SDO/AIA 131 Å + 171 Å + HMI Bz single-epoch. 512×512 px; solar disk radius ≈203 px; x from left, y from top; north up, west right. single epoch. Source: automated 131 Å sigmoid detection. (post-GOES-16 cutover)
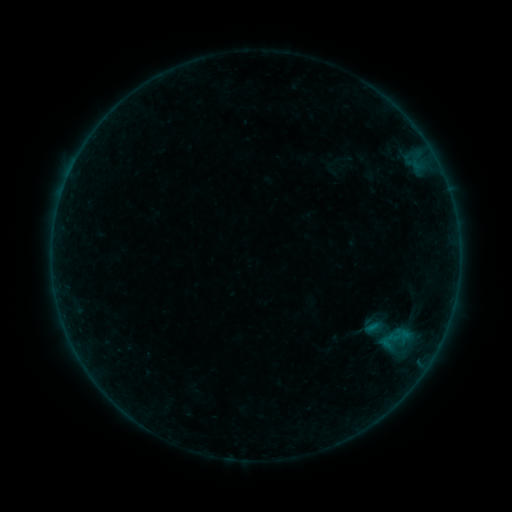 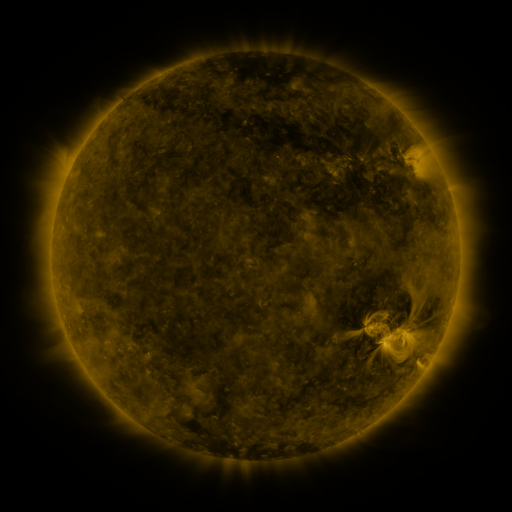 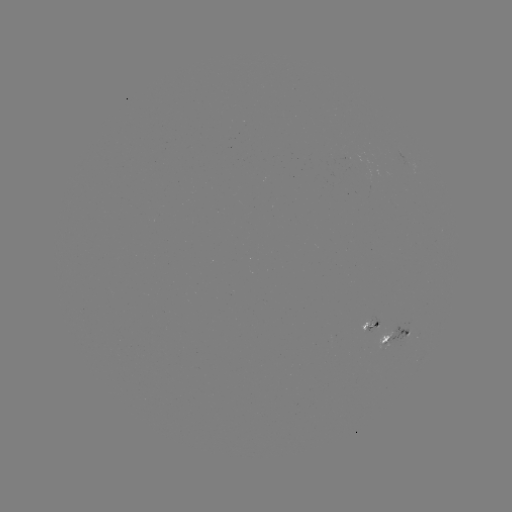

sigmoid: [375, 319, 413, 357]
